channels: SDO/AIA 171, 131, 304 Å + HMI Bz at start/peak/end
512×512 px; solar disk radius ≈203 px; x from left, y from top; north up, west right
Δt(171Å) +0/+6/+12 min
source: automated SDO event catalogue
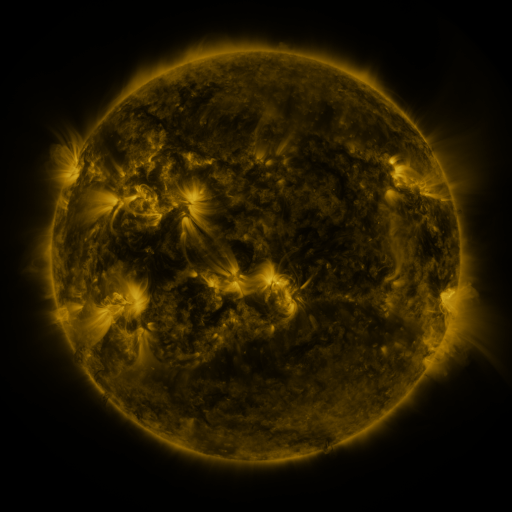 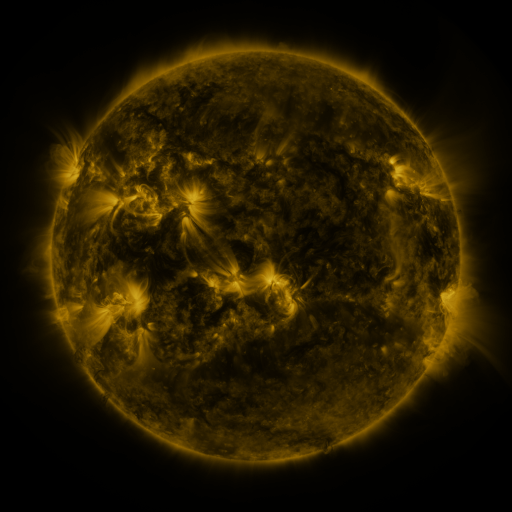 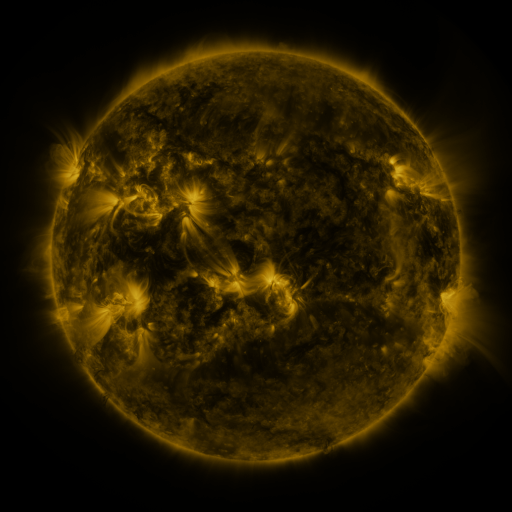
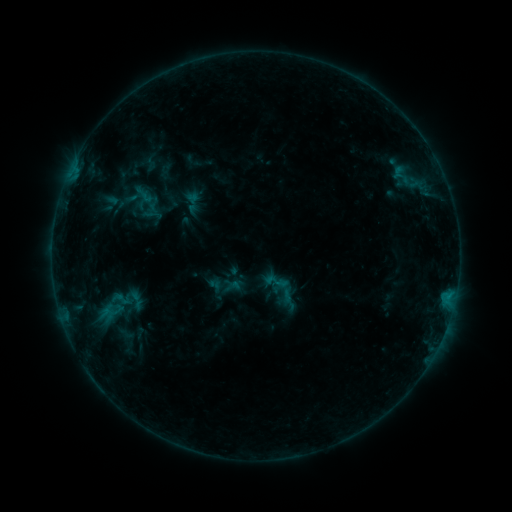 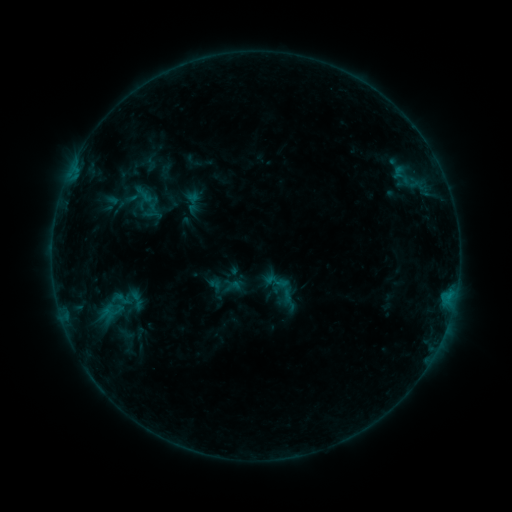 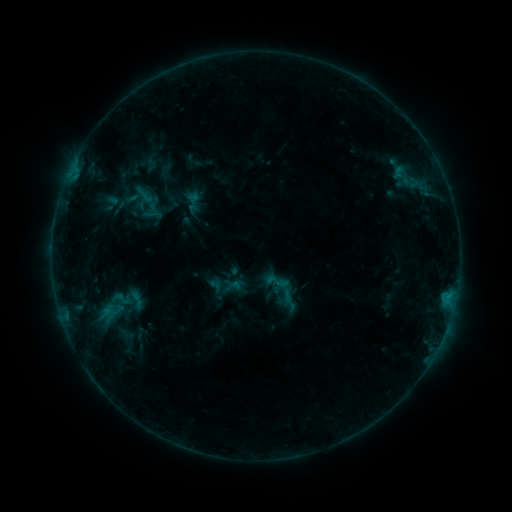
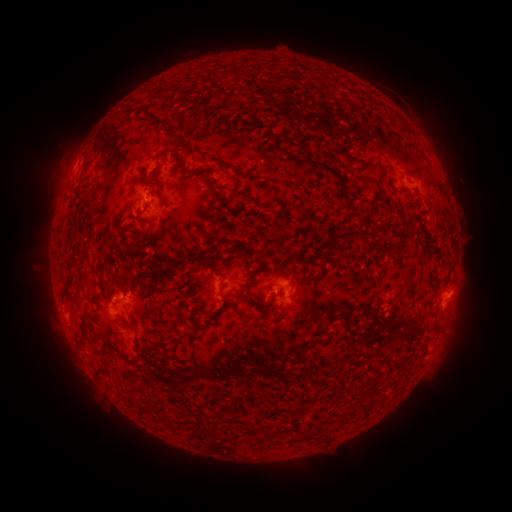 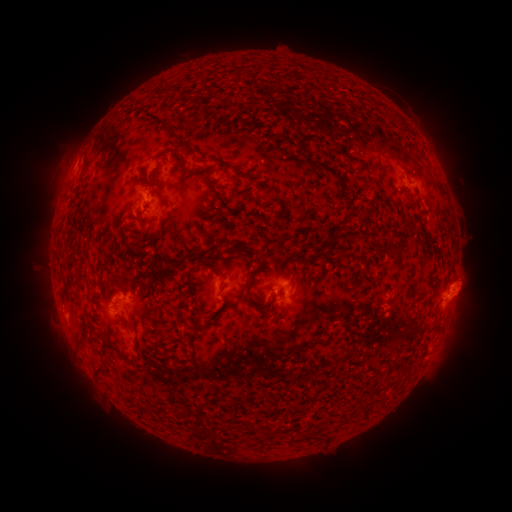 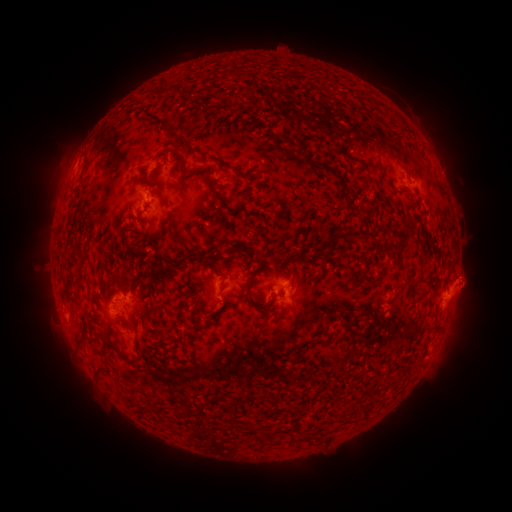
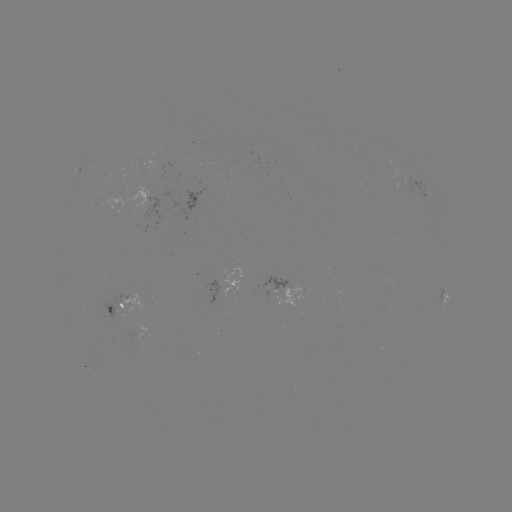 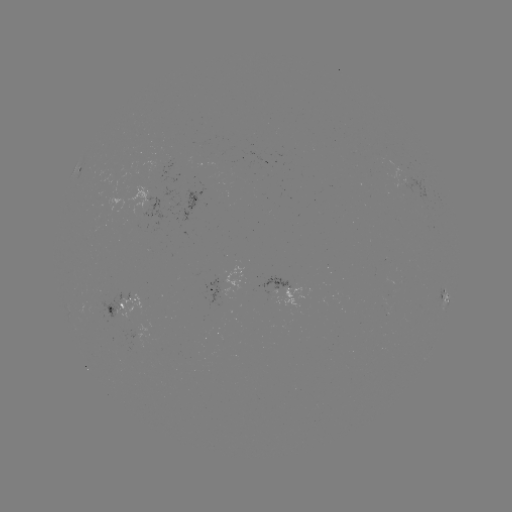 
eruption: <bbox>434, 252, 499, 340</bbox>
